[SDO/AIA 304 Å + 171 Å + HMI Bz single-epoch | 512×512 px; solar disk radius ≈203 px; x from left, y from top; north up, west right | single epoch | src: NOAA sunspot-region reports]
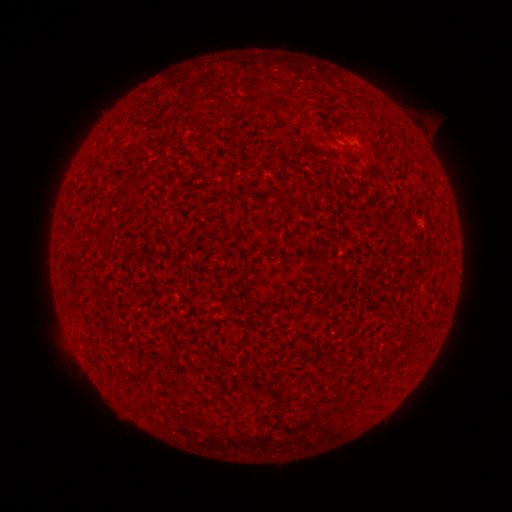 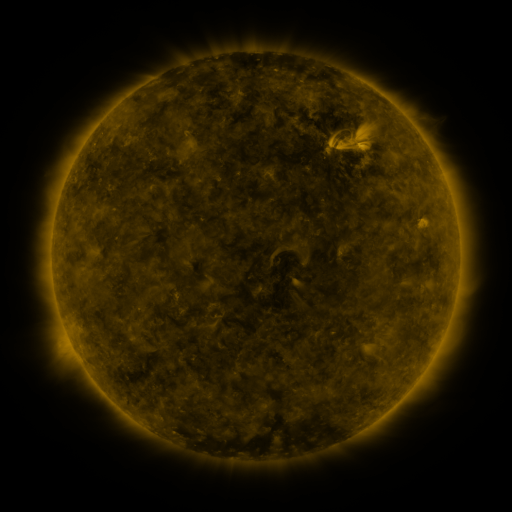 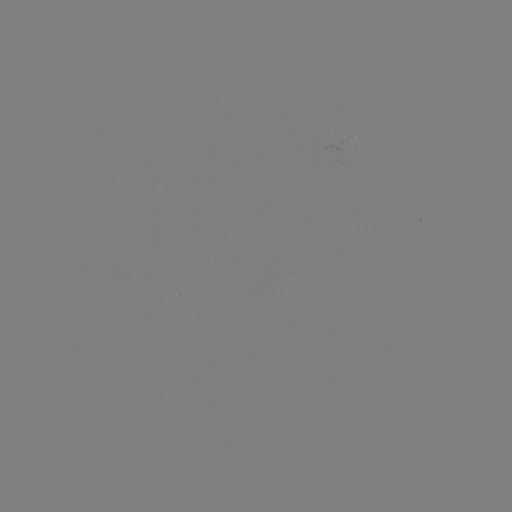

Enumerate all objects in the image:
(none)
